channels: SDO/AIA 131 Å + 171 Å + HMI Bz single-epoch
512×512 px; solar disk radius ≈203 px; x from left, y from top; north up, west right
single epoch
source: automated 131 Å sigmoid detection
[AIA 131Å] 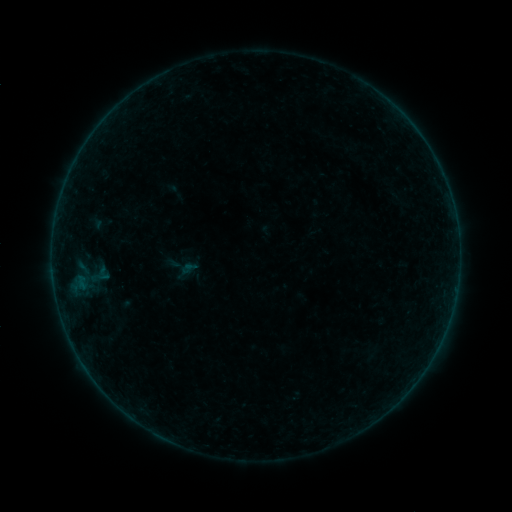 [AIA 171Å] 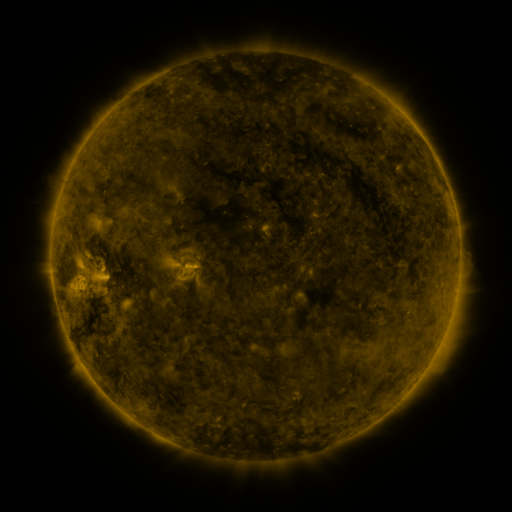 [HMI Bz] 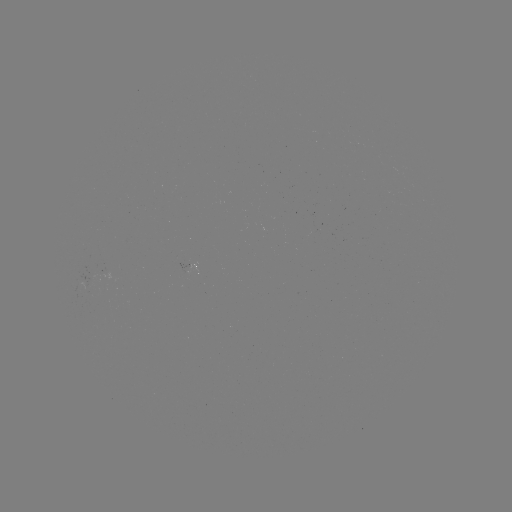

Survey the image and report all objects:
sigmoid: [94, 265, 112, 281]
